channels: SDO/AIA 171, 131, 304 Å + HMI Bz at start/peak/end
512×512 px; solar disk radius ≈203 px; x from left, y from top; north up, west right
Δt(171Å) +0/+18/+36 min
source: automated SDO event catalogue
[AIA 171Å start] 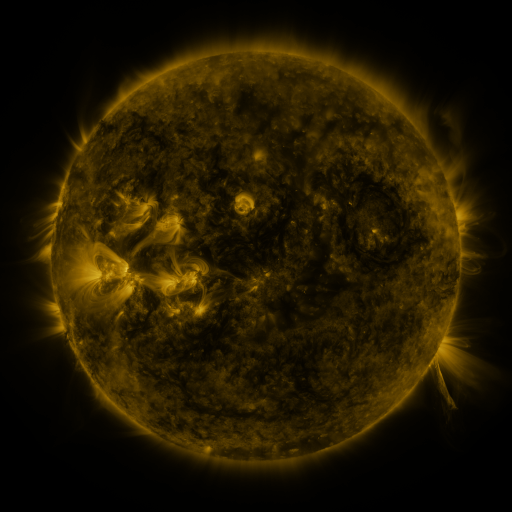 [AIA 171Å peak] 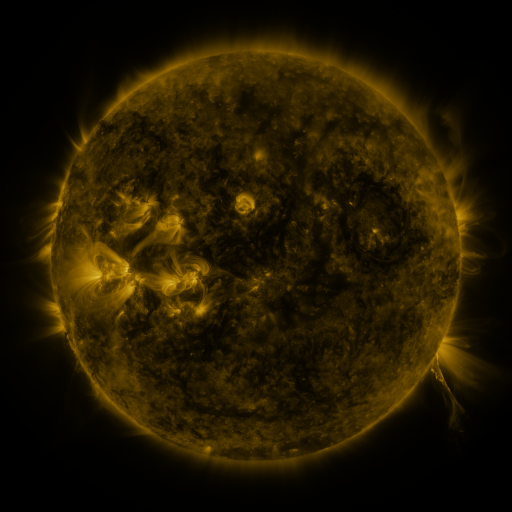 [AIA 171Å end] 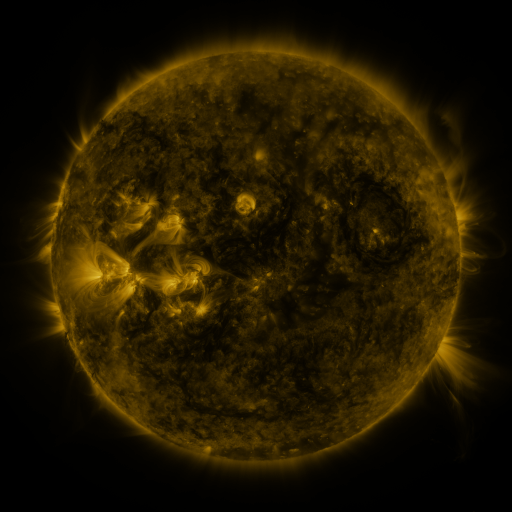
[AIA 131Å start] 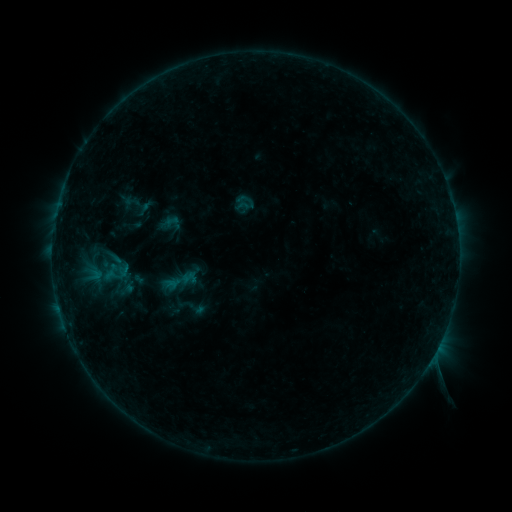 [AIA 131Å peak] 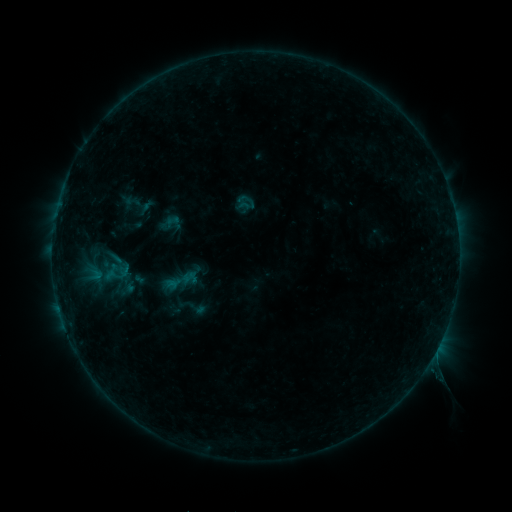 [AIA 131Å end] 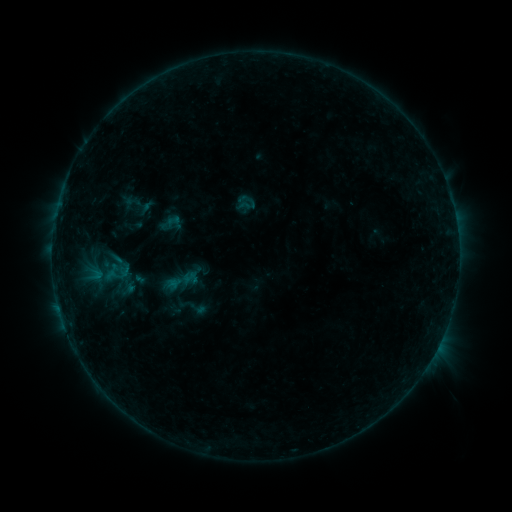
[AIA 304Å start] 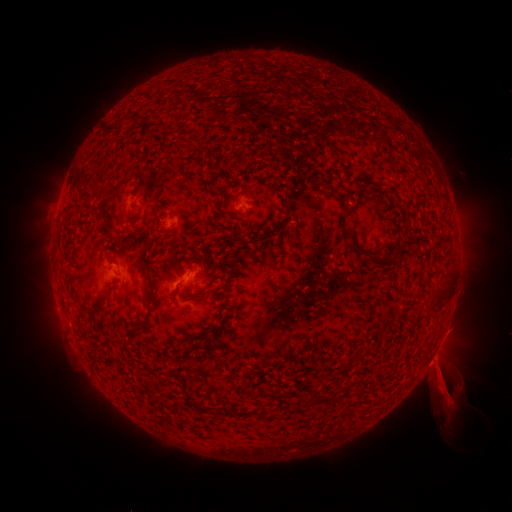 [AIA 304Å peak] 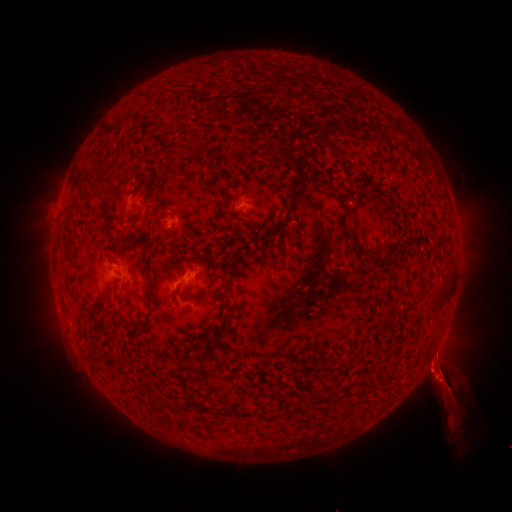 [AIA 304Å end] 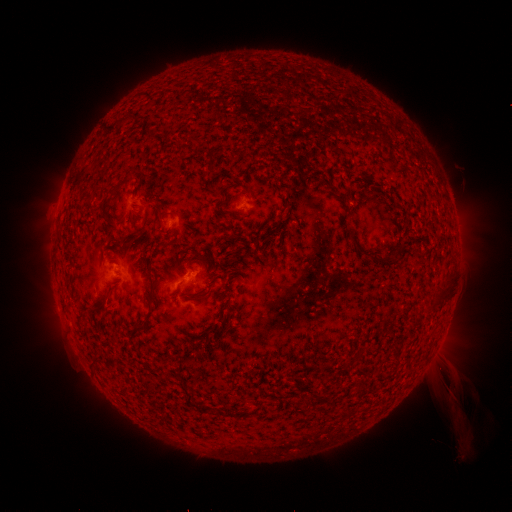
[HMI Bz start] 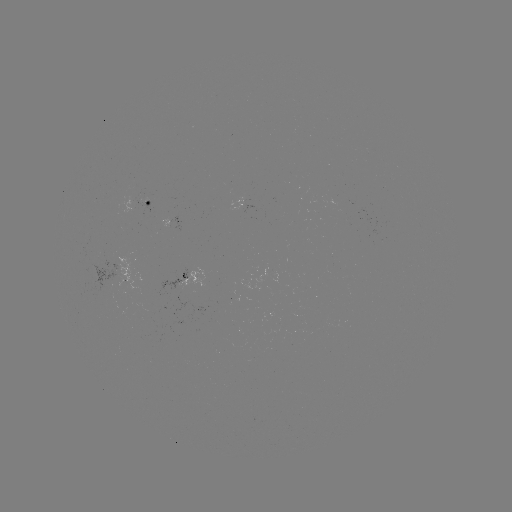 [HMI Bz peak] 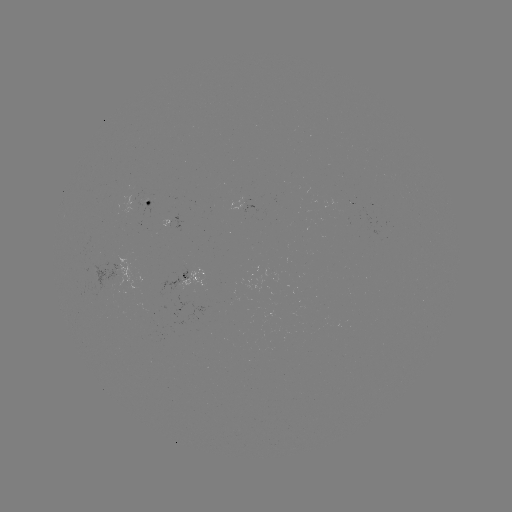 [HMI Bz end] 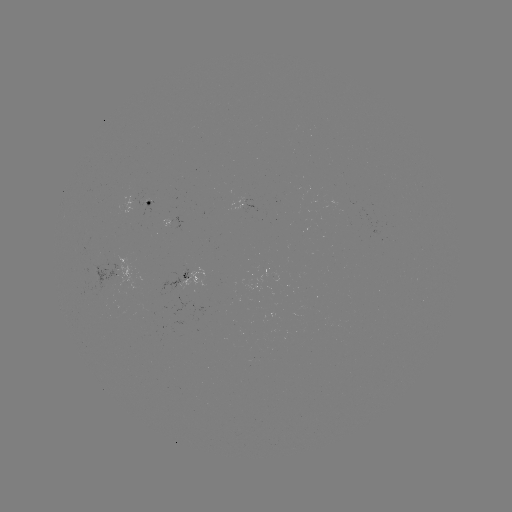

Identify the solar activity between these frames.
eruption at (440, 371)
